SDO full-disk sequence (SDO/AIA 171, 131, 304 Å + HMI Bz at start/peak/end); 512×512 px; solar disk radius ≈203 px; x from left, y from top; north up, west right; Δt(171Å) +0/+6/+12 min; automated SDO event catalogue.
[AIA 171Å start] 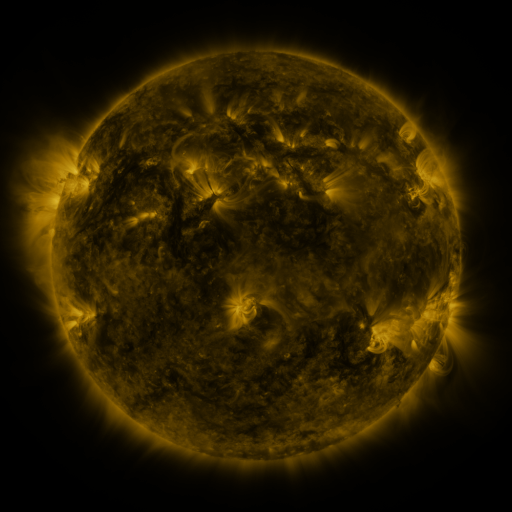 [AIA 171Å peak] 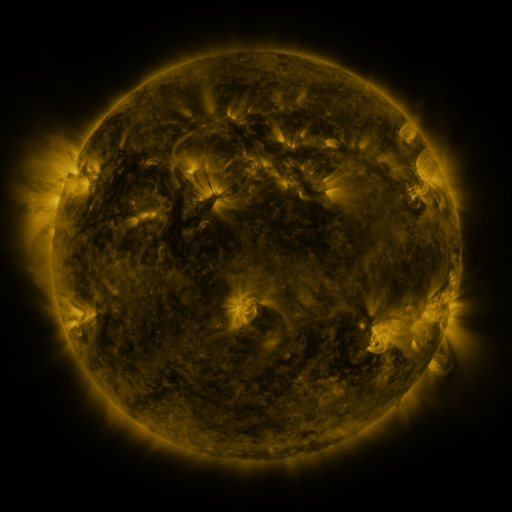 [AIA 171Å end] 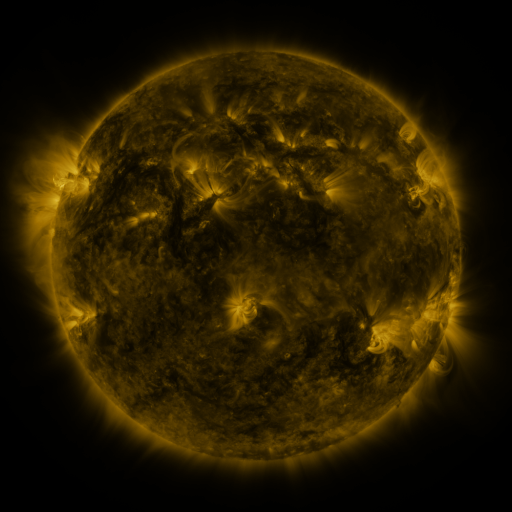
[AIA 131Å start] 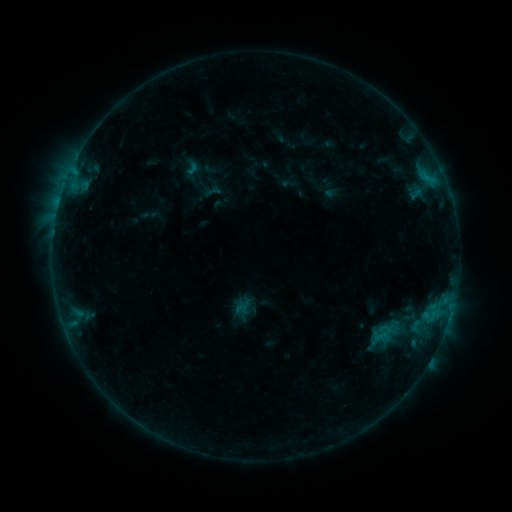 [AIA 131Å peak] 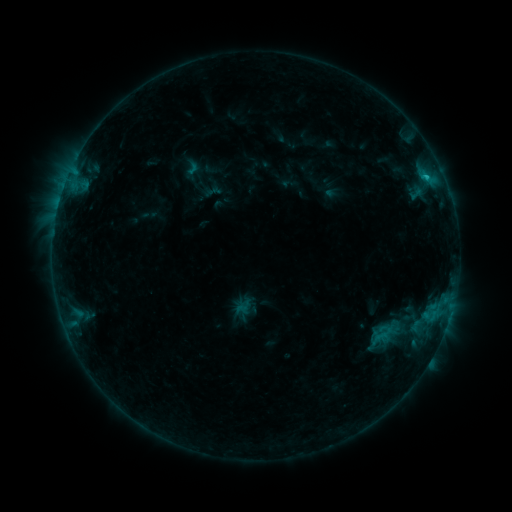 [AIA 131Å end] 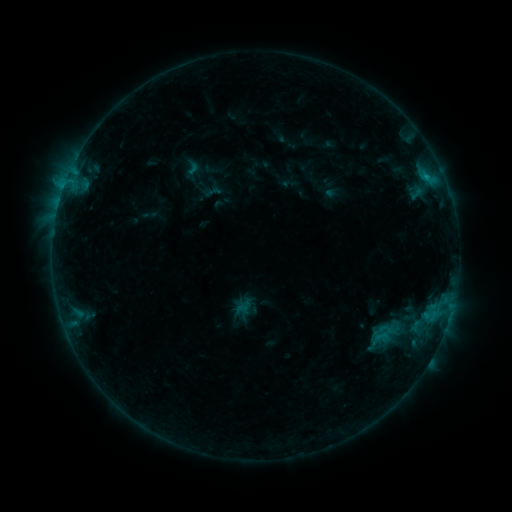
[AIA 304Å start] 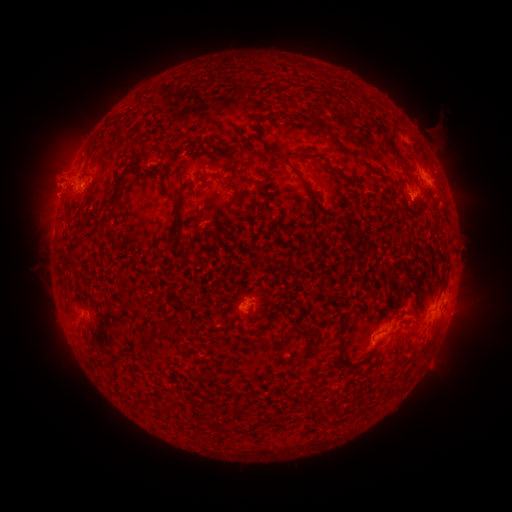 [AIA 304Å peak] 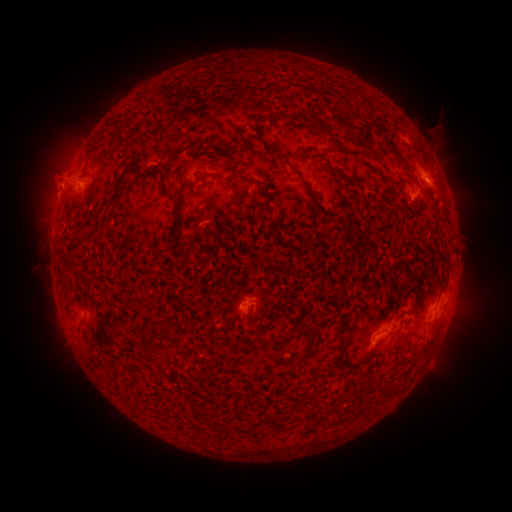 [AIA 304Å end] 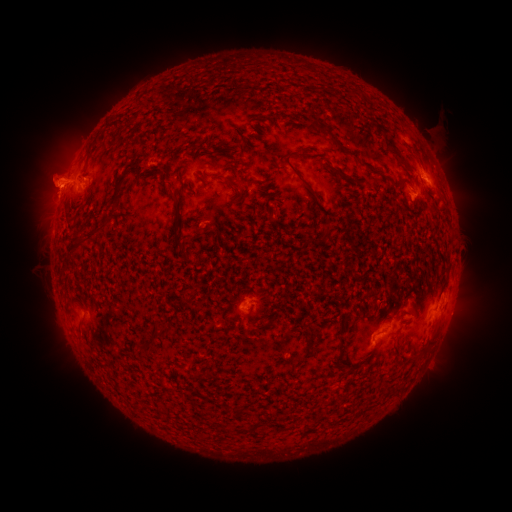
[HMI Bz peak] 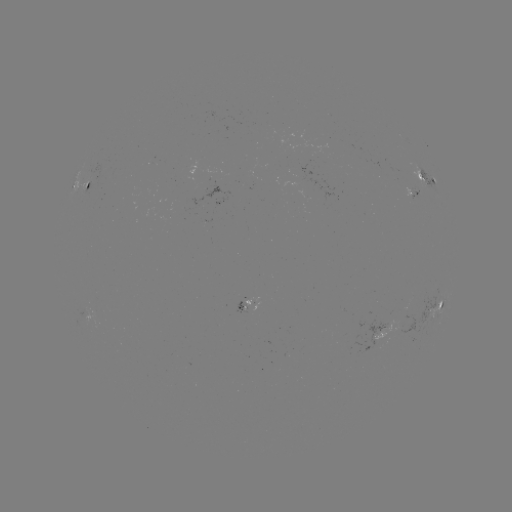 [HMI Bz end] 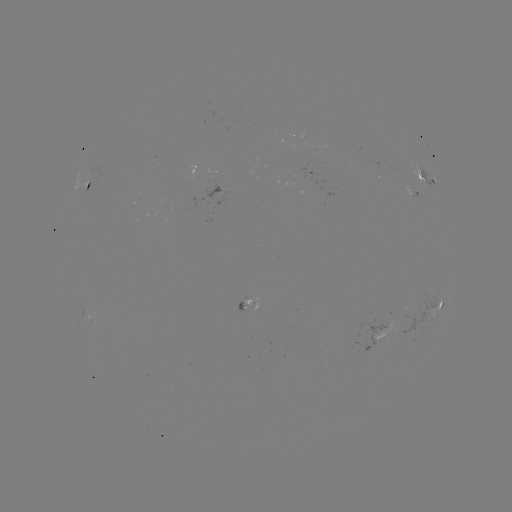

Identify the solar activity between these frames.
B7.6 flare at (426, 180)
